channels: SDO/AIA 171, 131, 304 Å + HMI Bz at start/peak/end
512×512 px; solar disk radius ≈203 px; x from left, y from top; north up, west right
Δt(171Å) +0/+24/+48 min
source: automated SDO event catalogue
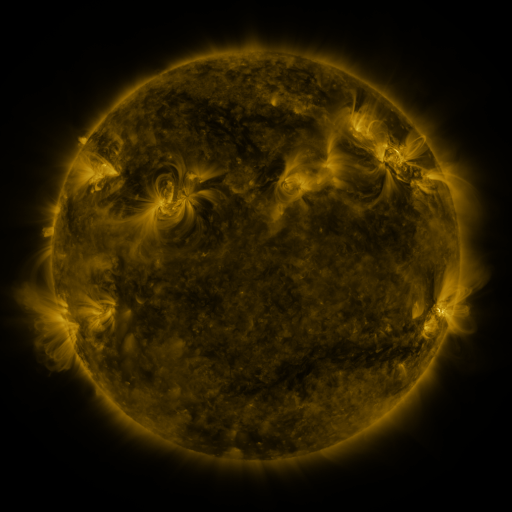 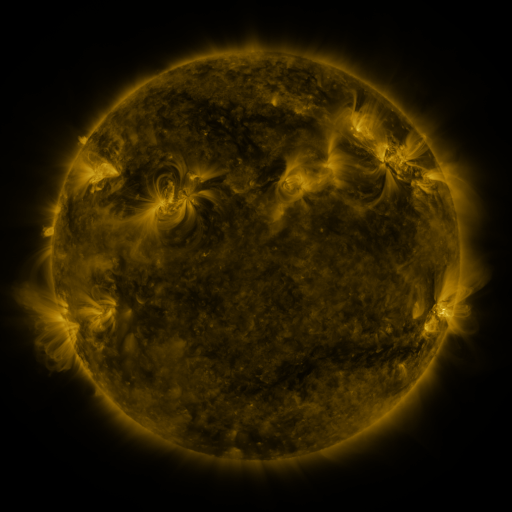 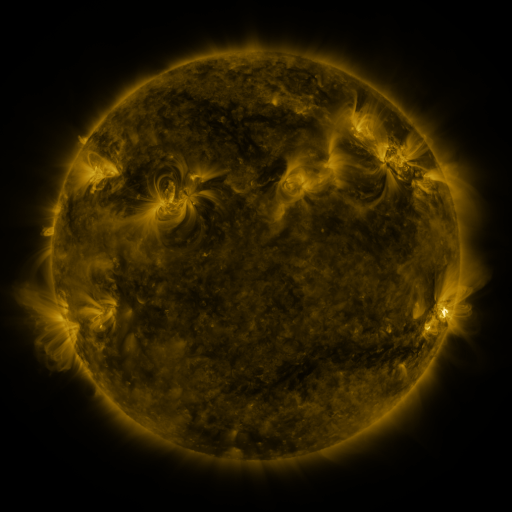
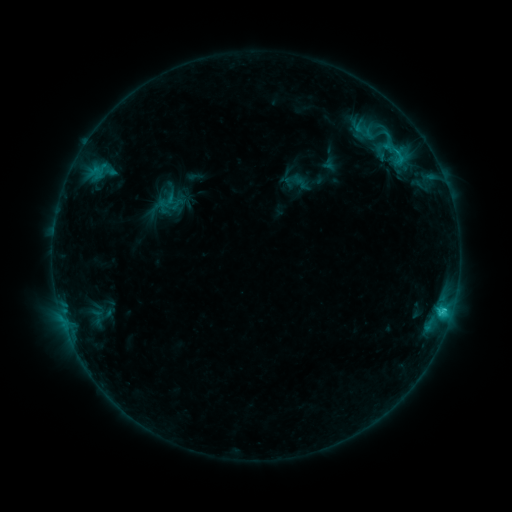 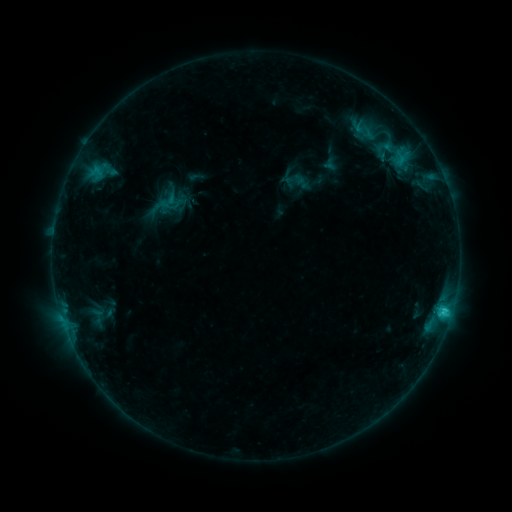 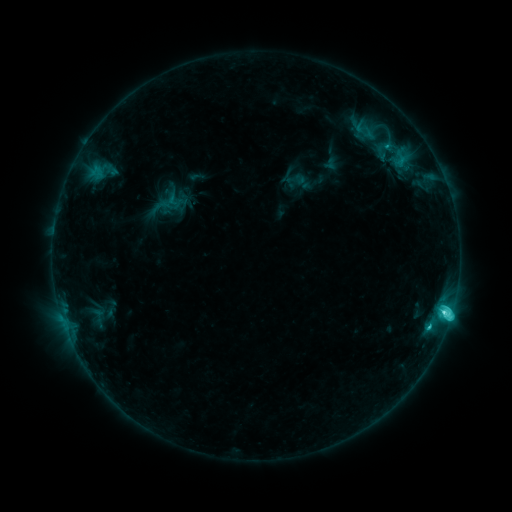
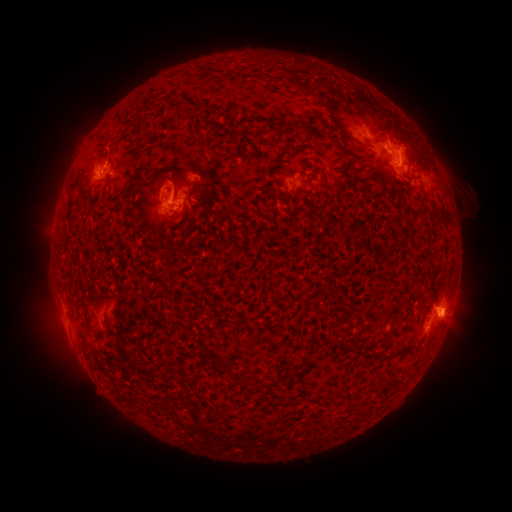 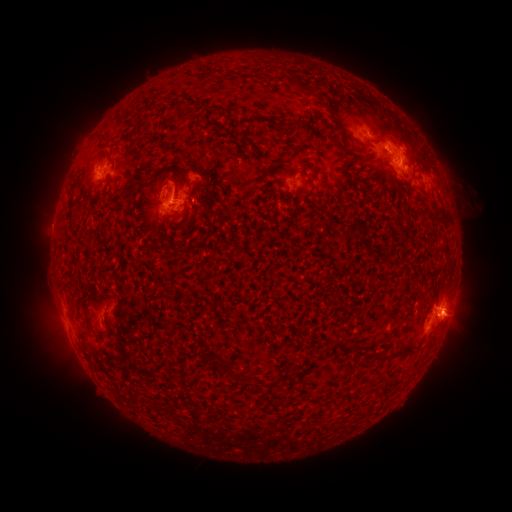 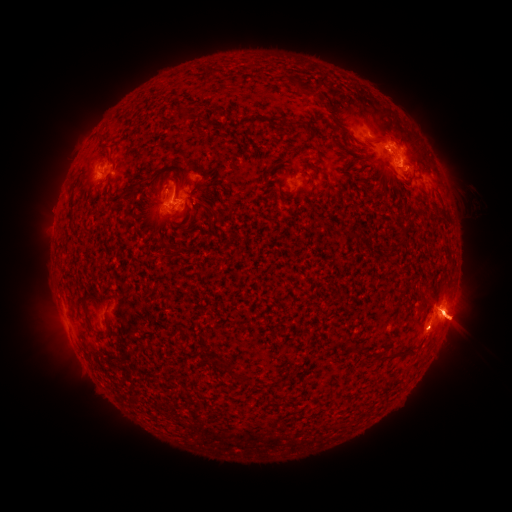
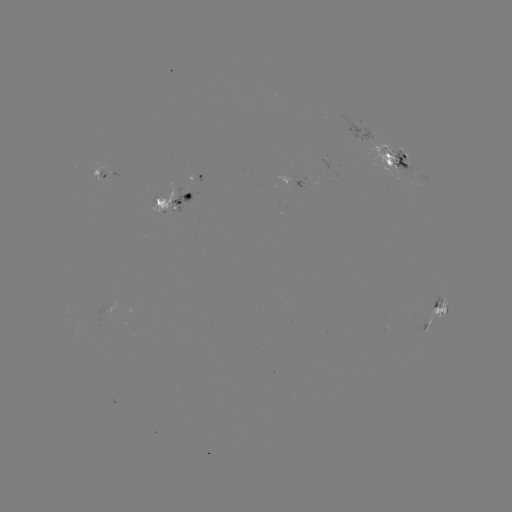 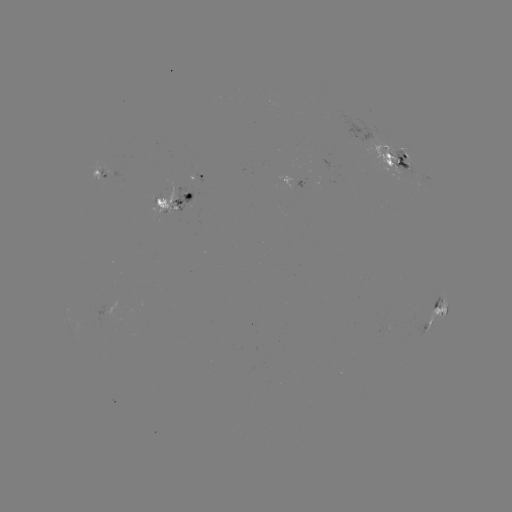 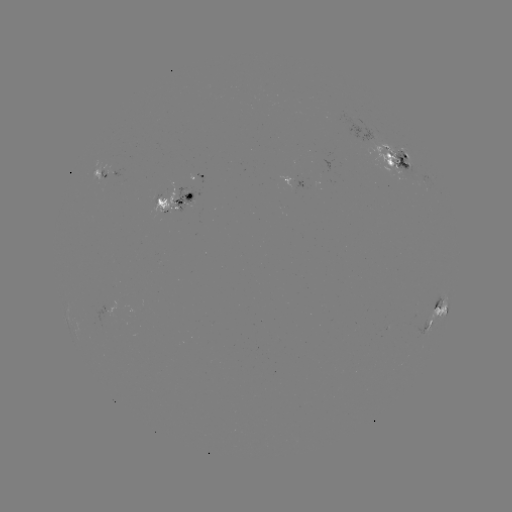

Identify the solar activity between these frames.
emerging-flux region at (160, 201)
